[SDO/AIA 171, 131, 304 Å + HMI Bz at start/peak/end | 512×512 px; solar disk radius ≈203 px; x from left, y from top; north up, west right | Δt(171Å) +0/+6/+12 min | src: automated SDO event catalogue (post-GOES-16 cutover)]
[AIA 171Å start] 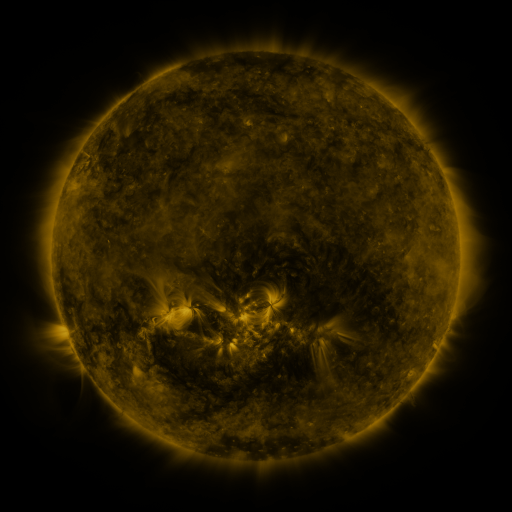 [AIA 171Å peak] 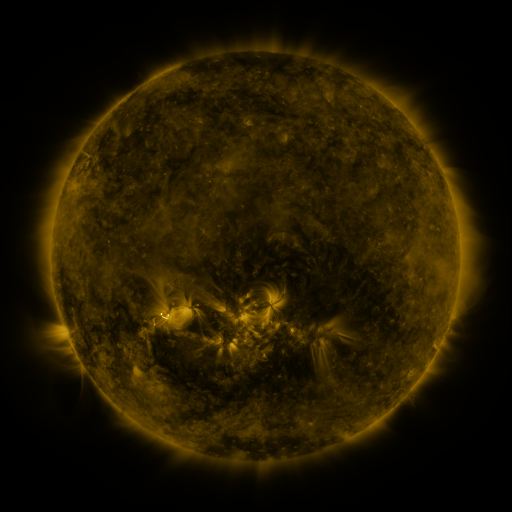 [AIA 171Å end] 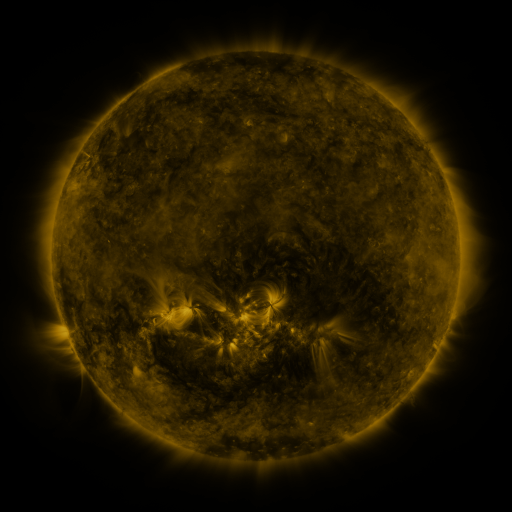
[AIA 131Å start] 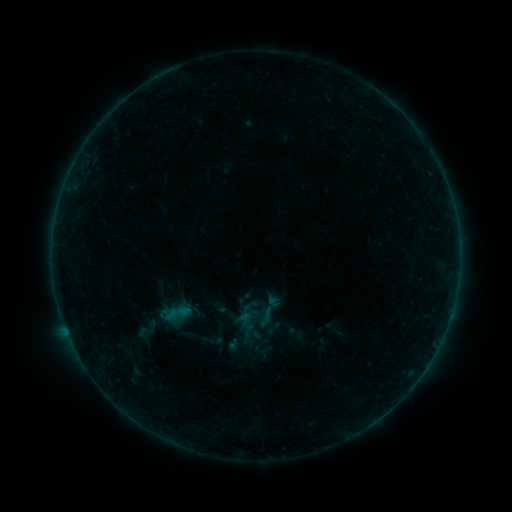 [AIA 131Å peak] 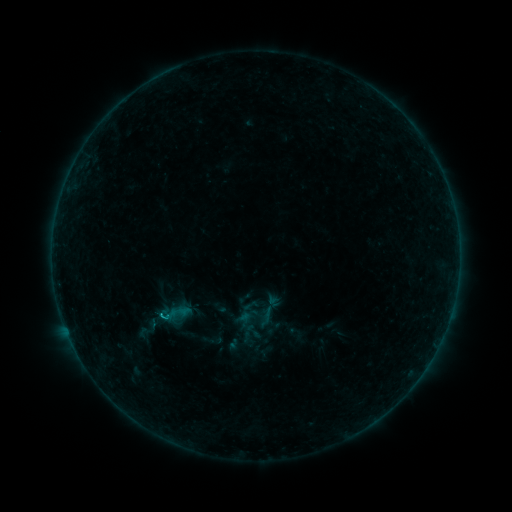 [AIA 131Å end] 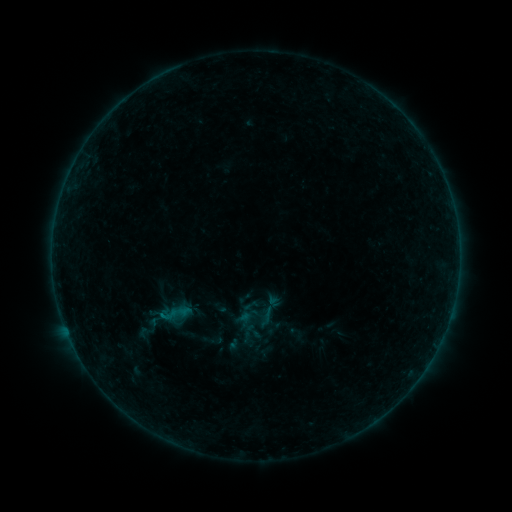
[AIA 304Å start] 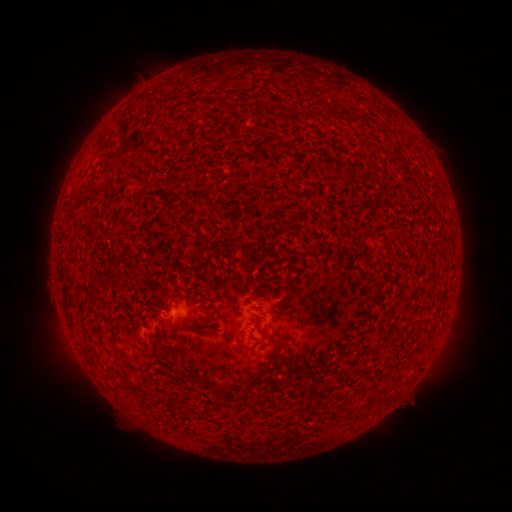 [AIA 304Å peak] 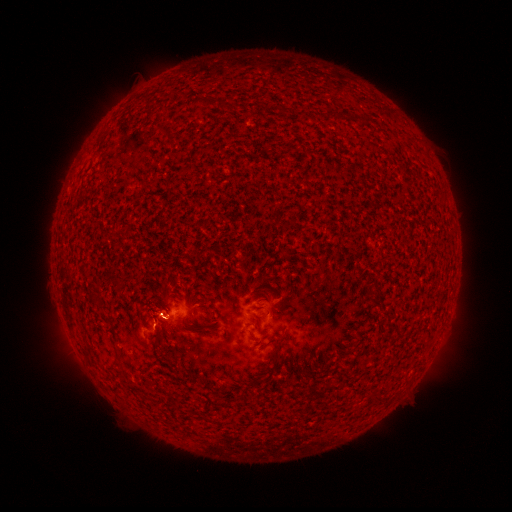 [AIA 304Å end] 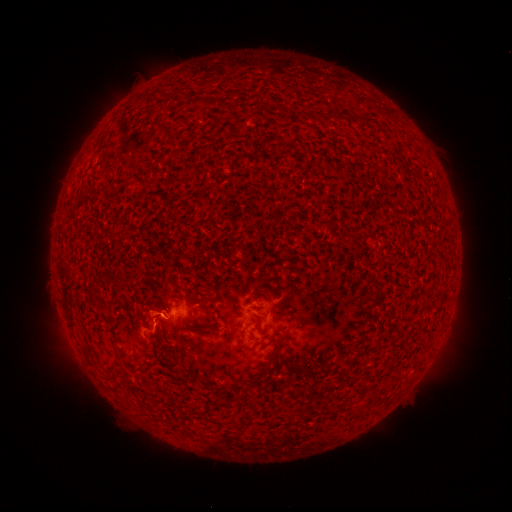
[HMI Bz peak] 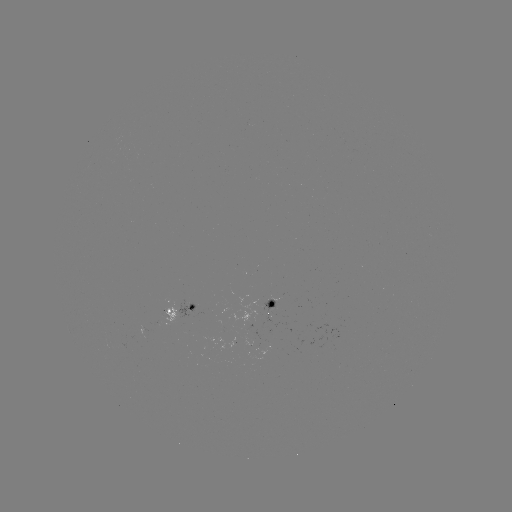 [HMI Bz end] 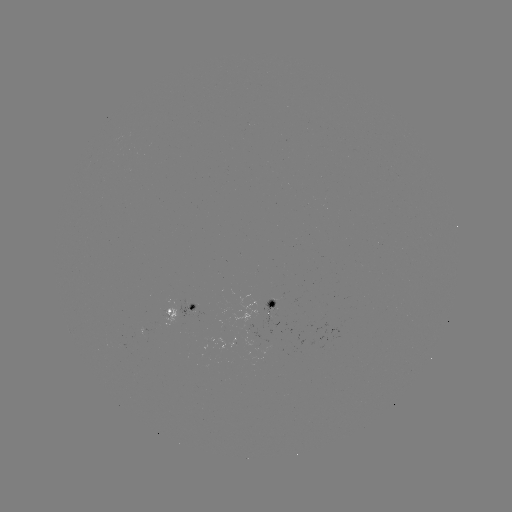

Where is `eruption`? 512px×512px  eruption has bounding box [128, 288, 180, 345].